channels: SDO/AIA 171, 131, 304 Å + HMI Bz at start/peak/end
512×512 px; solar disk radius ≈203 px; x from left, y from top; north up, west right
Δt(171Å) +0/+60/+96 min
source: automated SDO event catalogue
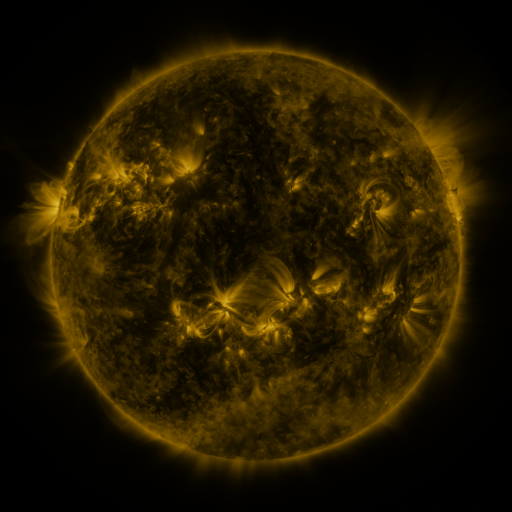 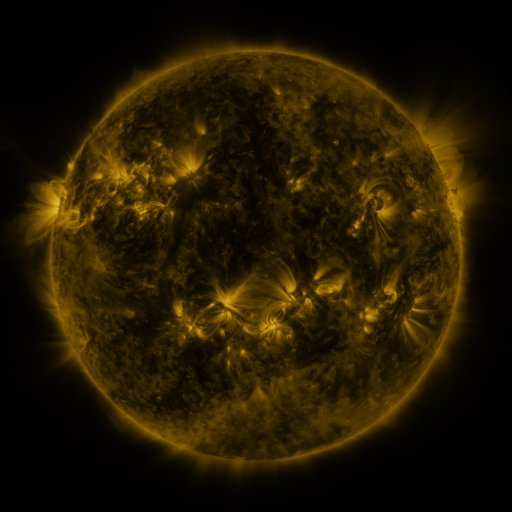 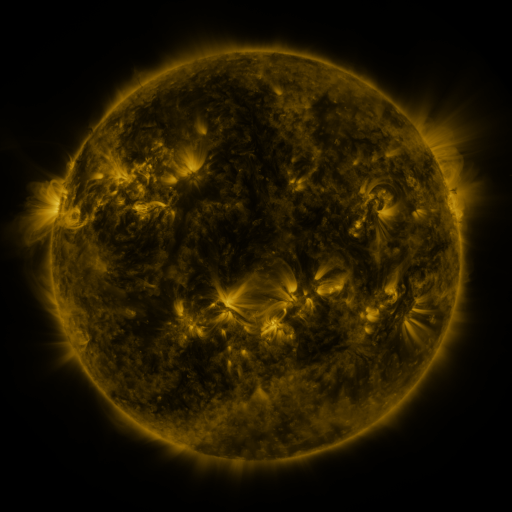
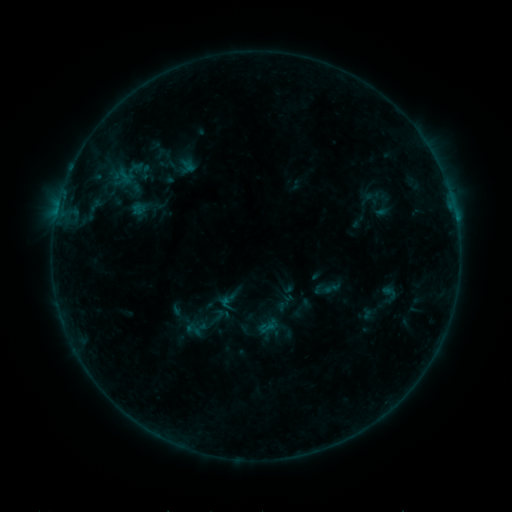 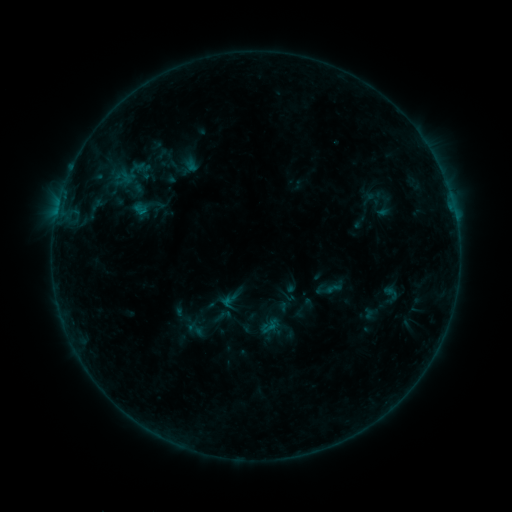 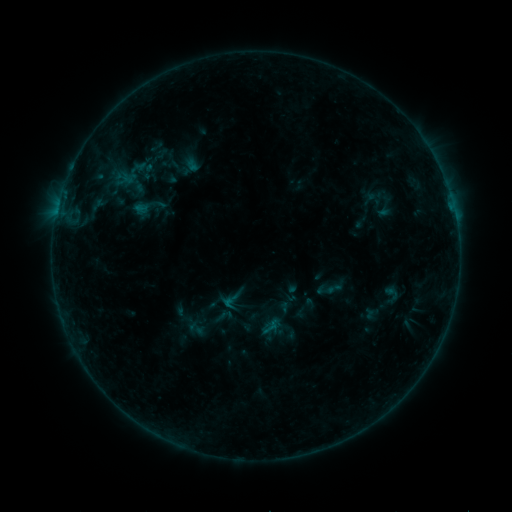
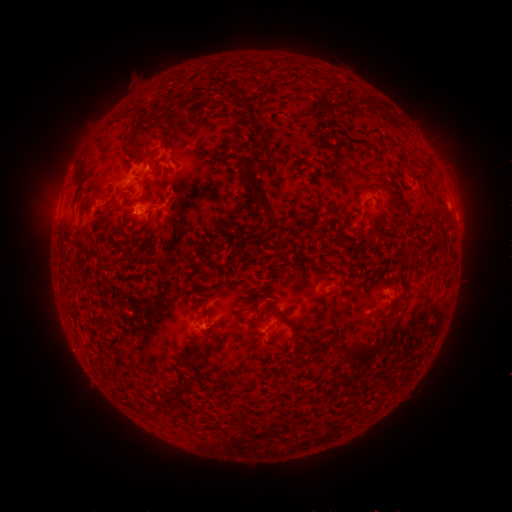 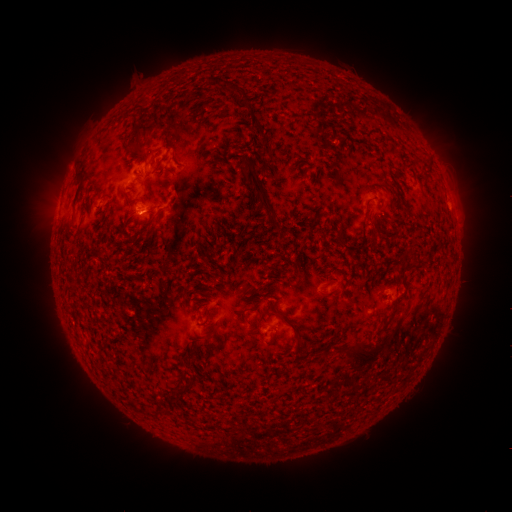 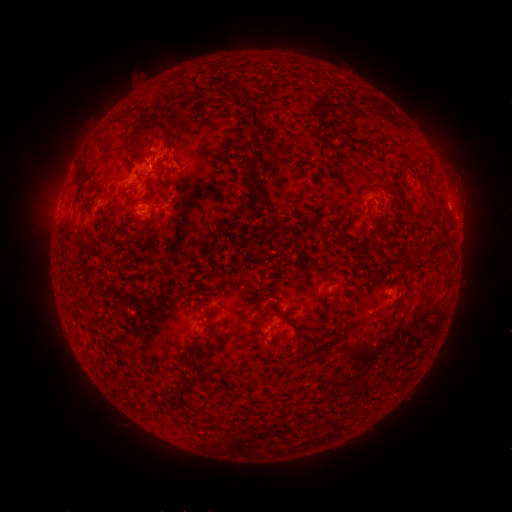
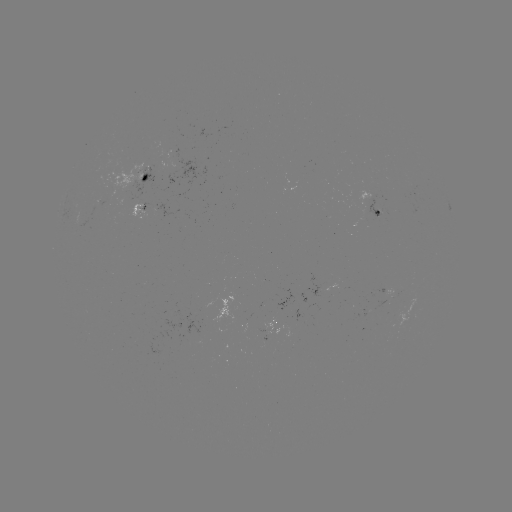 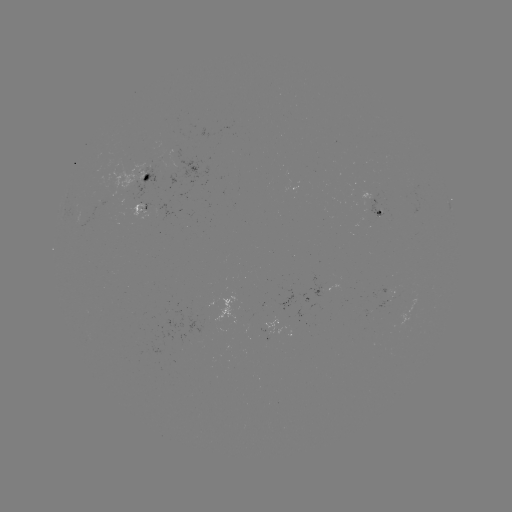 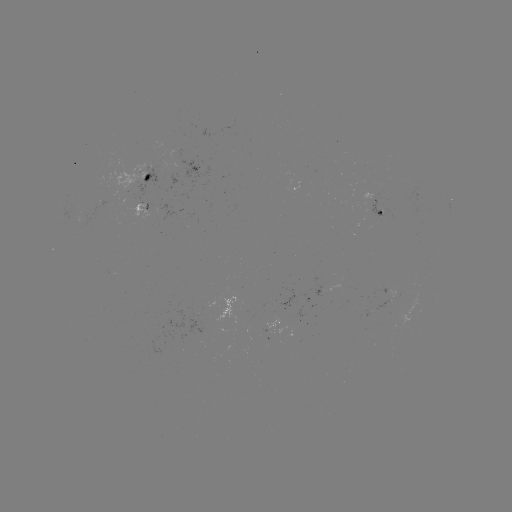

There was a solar emerging-flux region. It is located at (379, 211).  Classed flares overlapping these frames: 1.